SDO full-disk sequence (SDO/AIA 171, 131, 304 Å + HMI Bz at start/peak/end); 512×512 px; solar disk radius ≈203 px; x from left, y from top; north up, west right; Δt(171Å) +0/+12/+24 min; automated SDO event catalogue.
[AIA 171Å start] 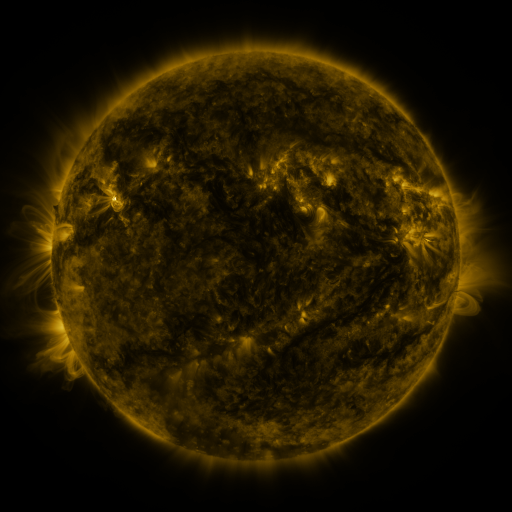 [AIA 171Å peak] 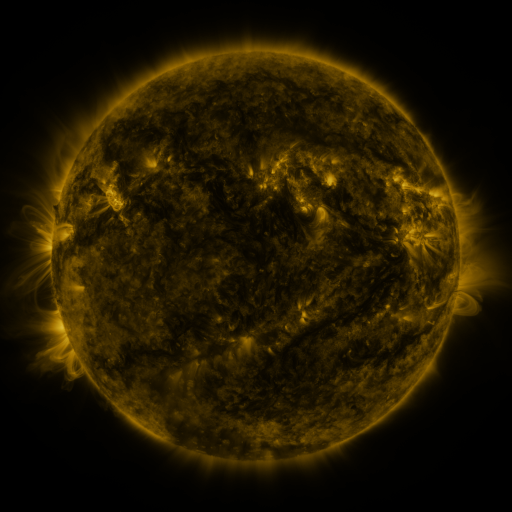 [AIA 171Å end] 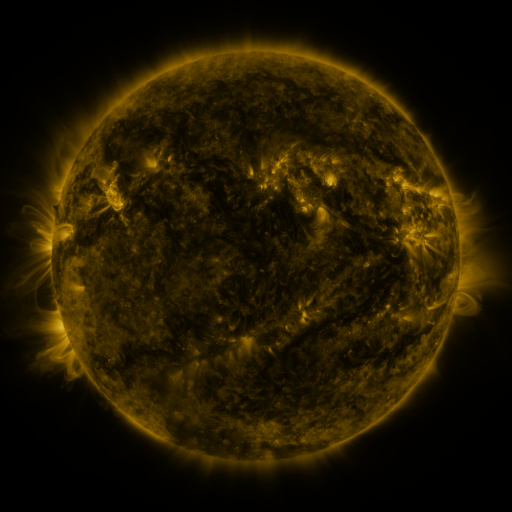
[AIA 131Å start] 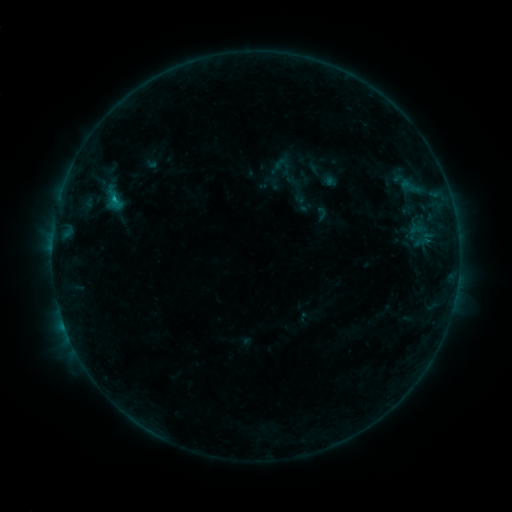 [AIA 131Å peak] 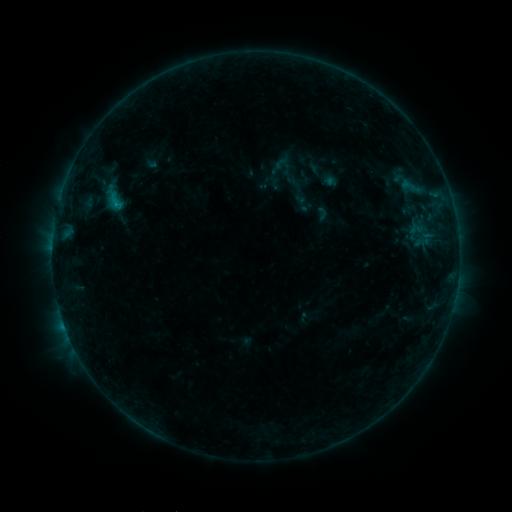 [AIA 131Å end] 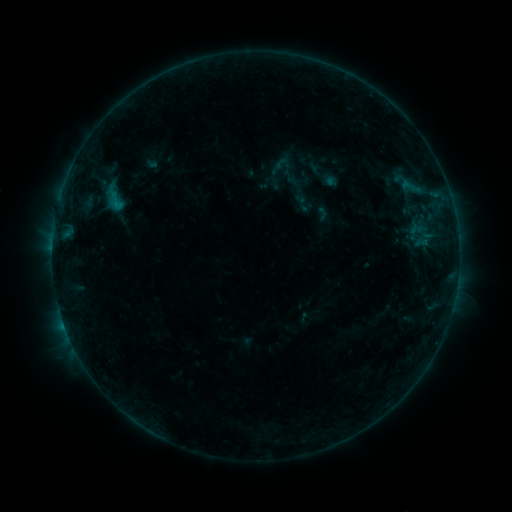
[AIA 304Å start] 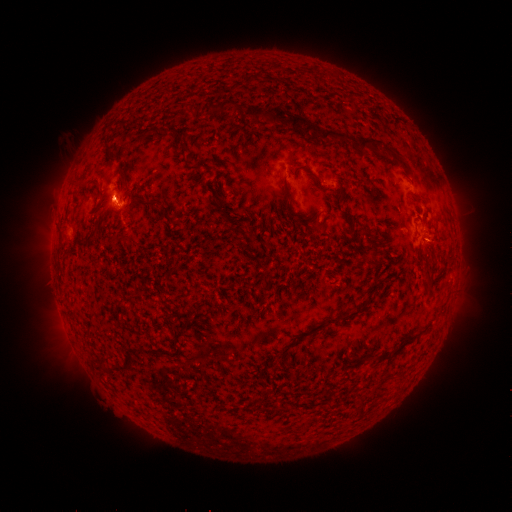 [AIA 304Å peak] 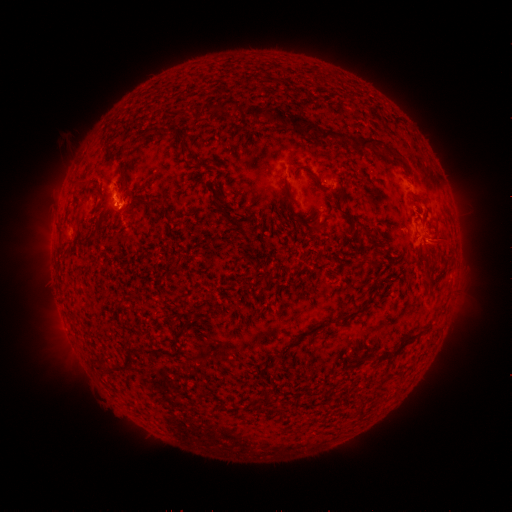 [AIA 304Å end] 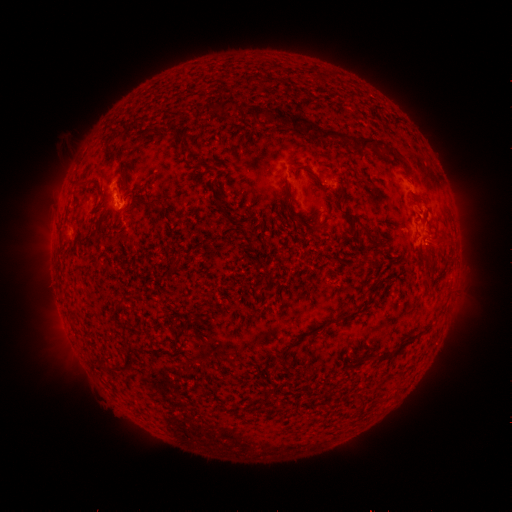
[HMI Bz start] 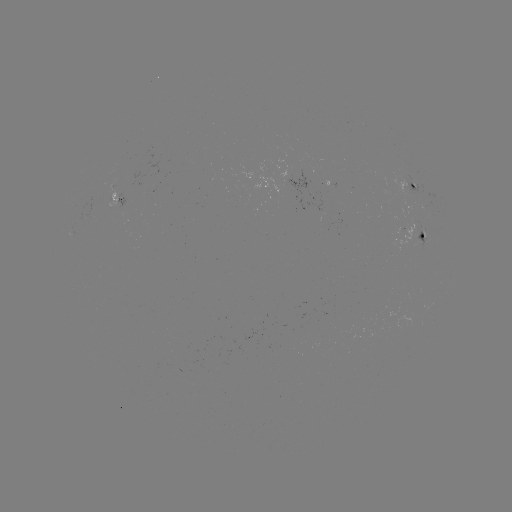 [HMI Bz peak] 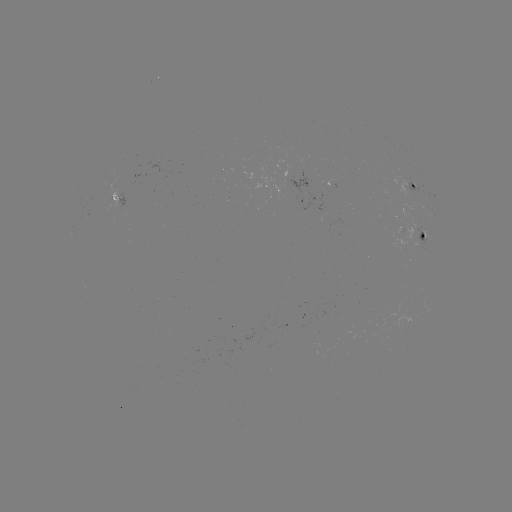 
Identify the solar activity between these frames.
B6.0 flare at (116, 205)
